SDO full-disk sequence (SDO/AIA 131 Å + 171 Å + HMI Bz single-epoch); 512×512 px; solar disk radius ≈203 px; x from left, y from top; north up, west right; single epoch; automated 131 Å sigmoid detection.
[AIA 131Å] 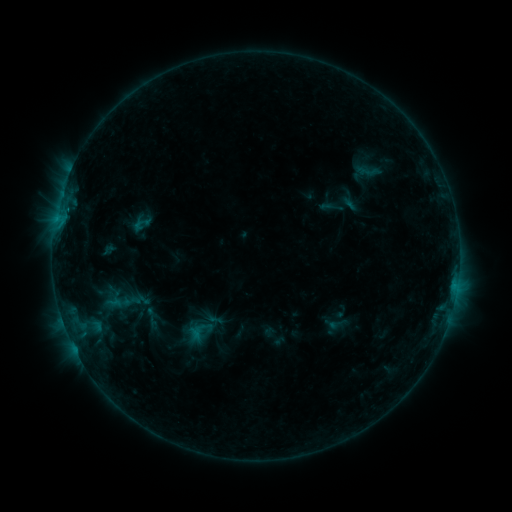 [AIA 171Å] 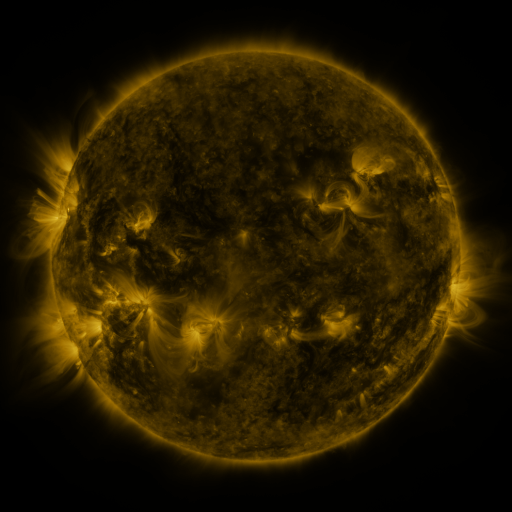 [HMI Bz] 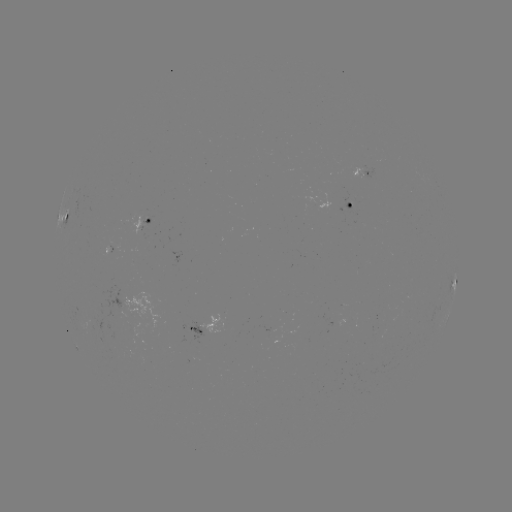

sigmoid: <bbox>348, 159, 388, 184</bbox>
